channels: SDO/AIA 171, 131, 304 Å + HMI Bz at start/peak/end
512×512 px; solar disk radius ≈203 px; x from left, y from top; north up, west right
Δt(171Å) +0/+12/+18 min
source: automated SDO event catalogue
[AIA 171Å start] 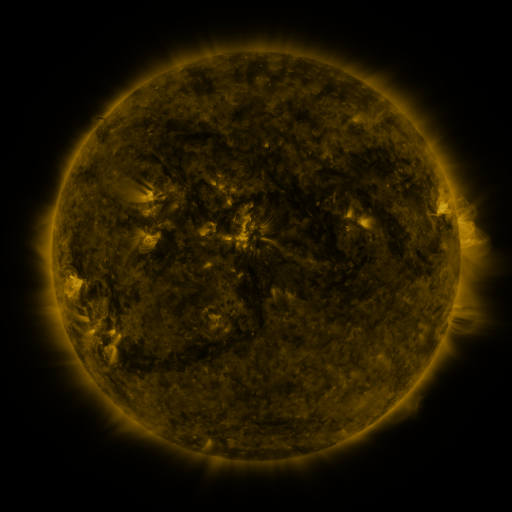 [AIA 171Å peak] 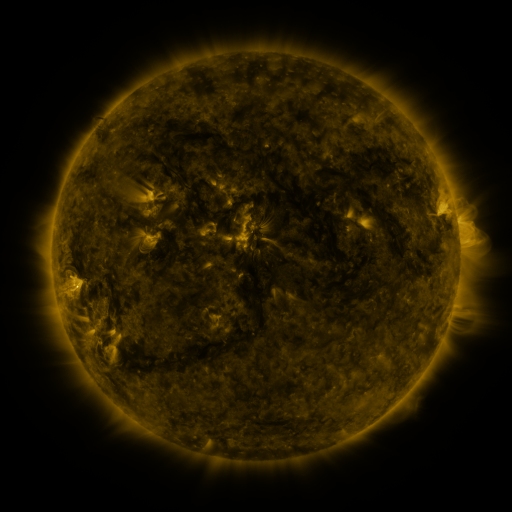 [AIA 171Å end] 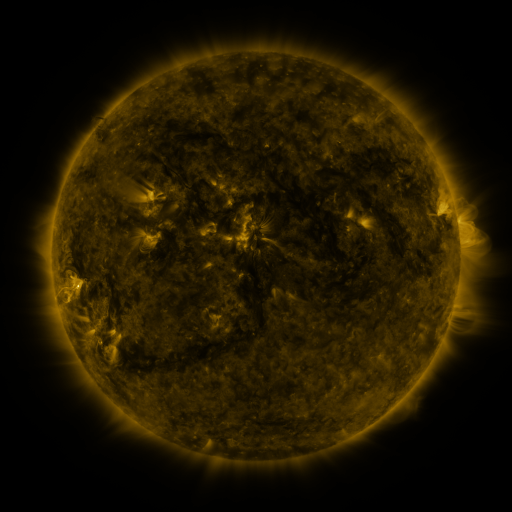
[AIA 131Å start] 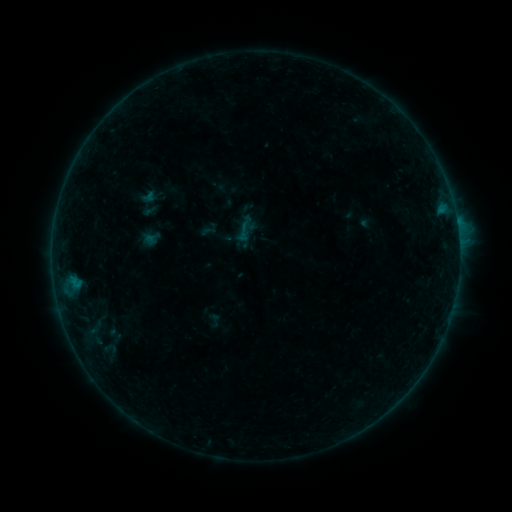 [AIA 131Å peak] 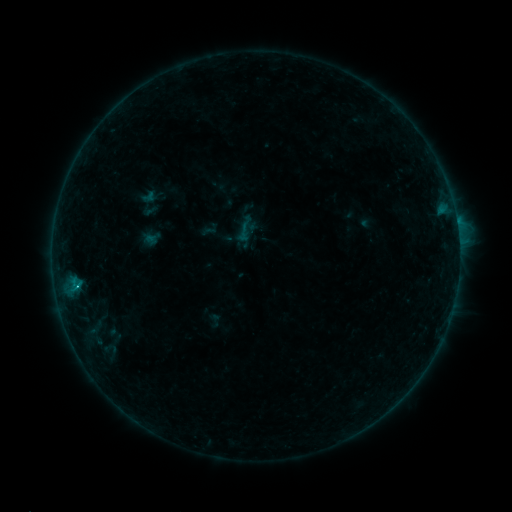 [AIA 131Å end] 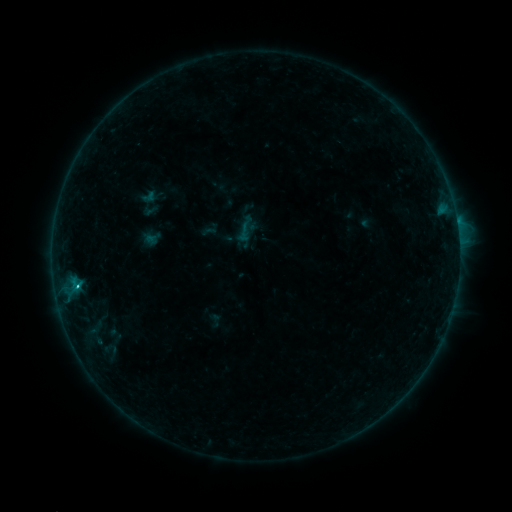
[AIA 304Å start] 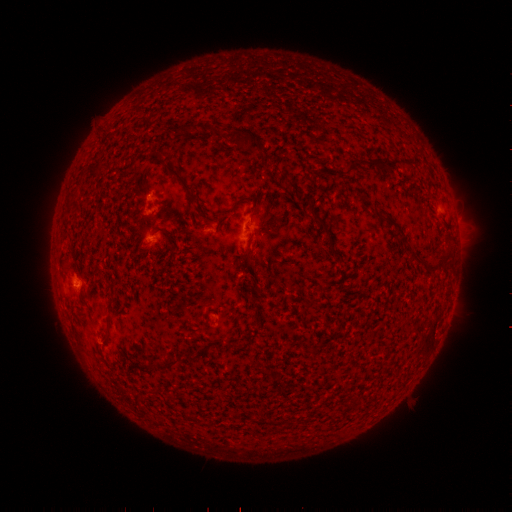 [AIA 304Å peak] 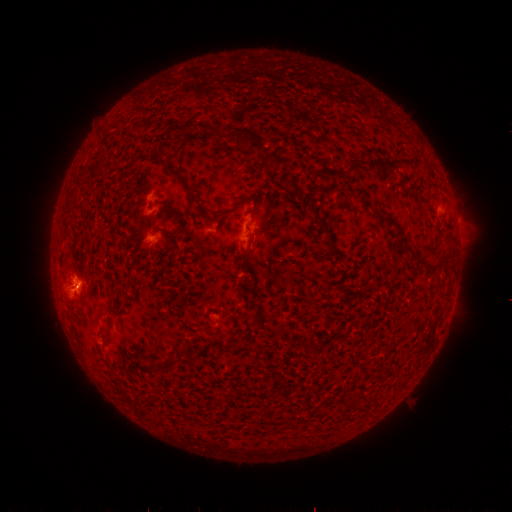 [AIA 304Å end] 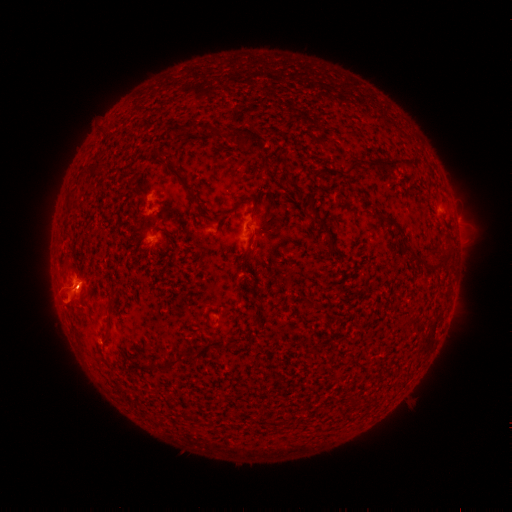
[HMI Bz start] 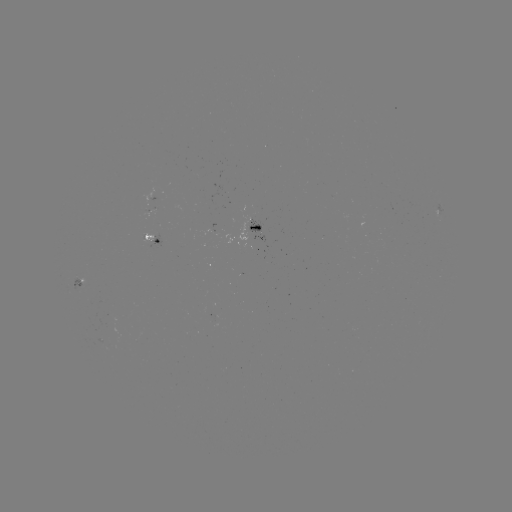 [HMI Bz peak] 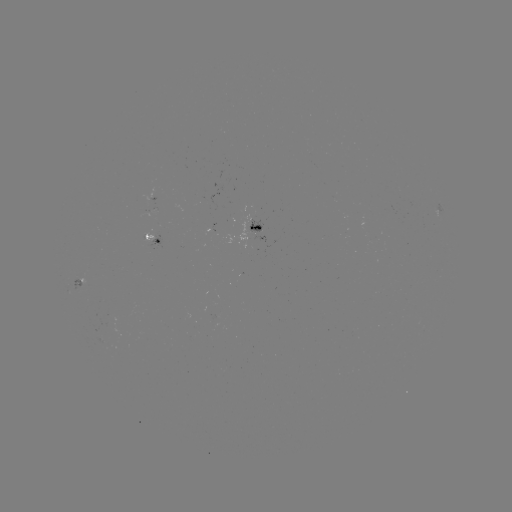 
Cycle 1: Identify C7.5 flare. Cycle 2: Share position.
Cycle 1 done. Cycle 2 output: [77, 286].